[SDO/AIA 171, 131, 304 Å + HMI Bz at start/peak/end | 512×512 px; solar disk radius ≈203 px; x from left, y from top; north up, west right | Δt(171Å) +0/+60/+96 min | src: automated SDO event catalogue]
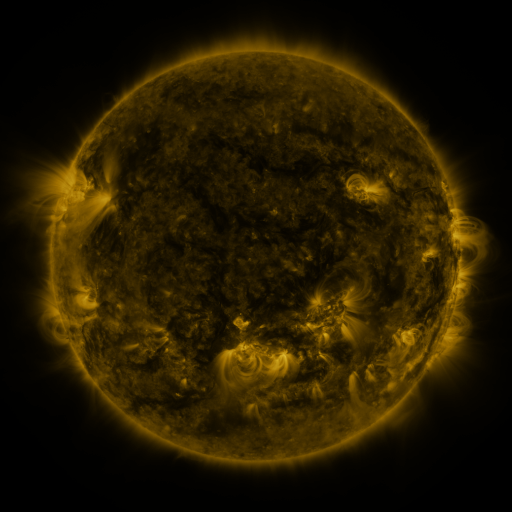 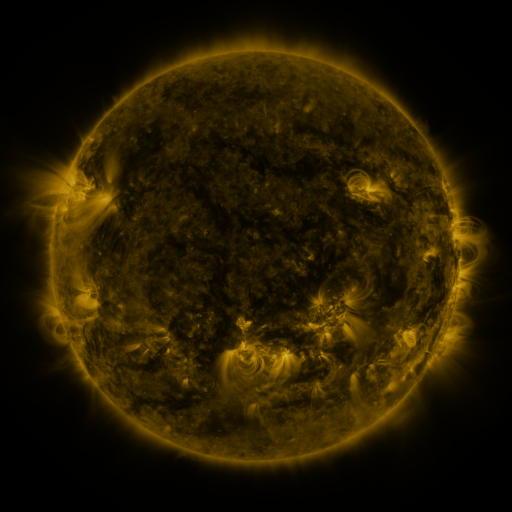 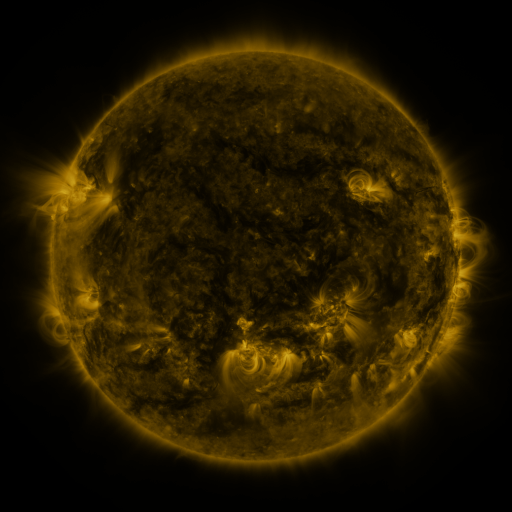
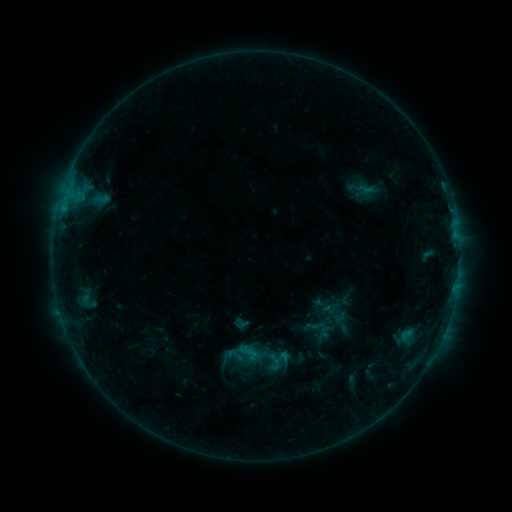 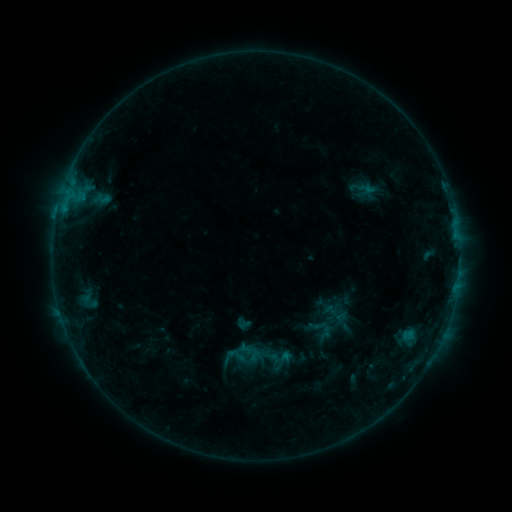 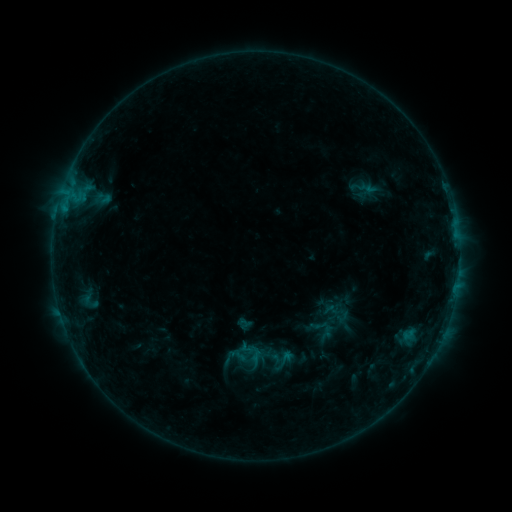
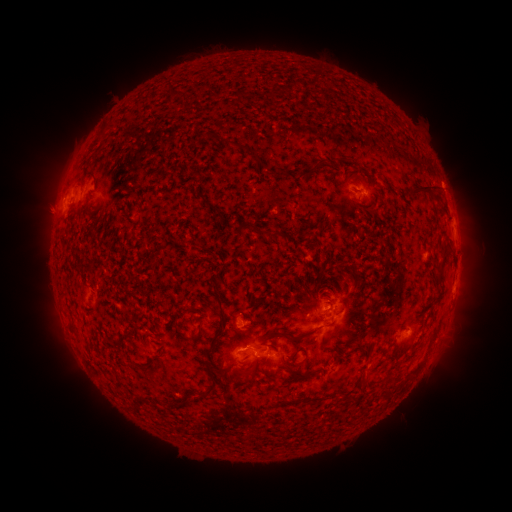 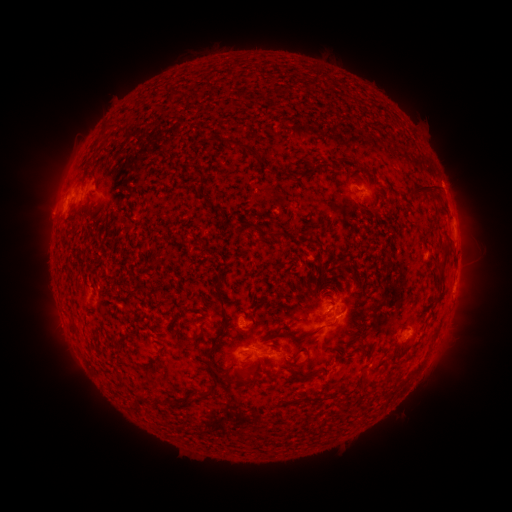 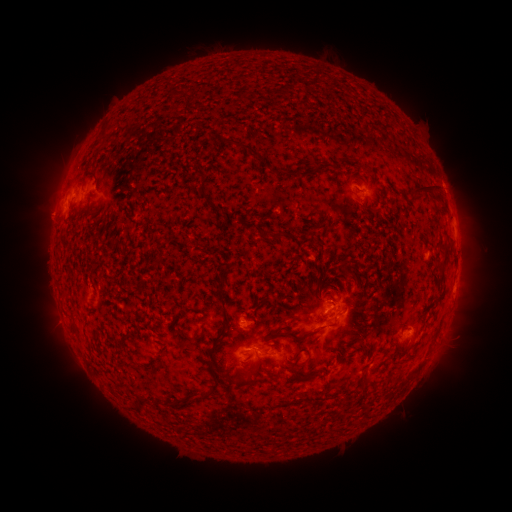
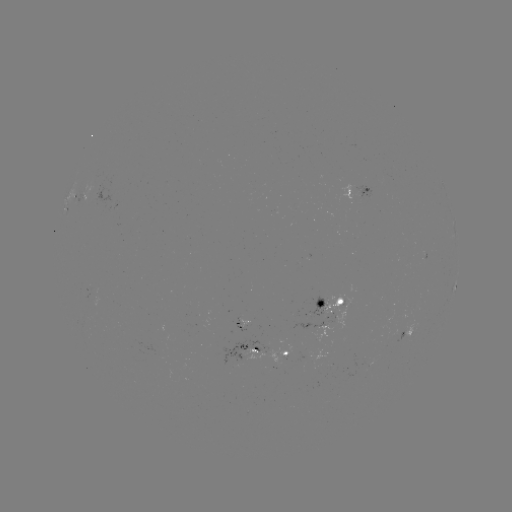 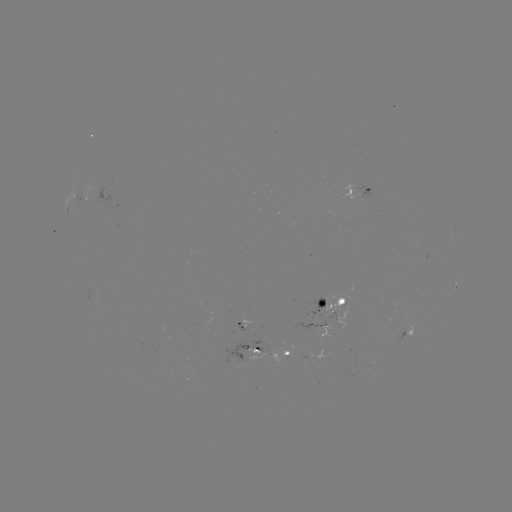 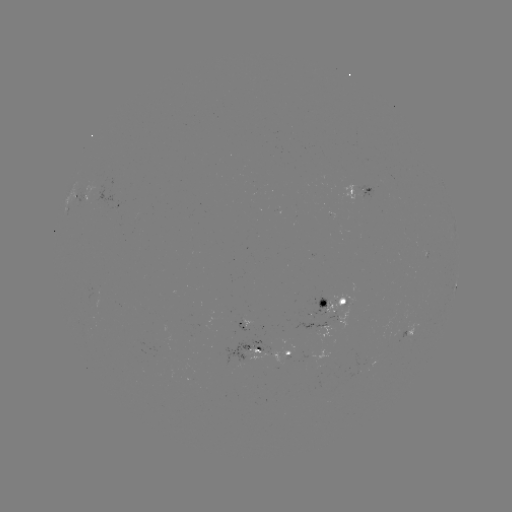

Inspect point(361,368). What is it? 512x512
emerging-flux region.